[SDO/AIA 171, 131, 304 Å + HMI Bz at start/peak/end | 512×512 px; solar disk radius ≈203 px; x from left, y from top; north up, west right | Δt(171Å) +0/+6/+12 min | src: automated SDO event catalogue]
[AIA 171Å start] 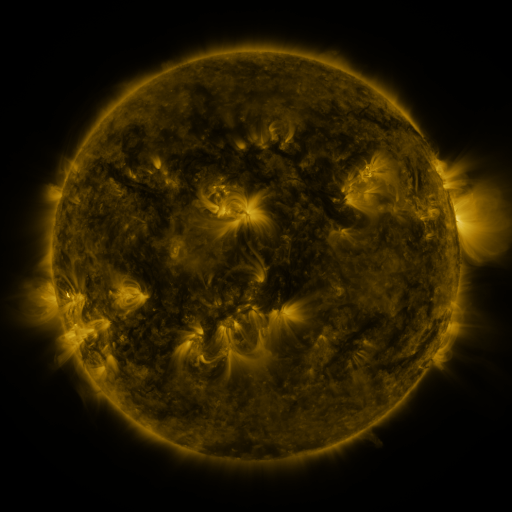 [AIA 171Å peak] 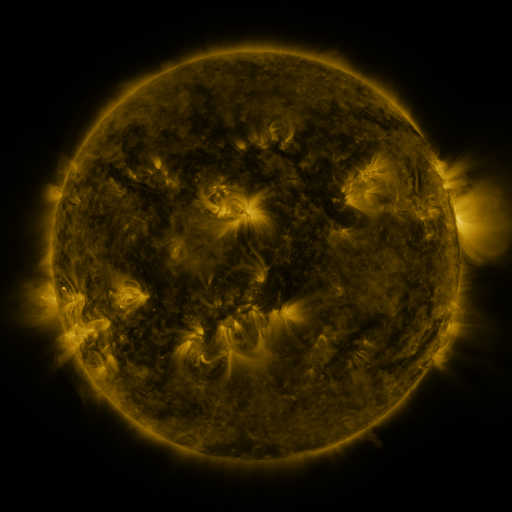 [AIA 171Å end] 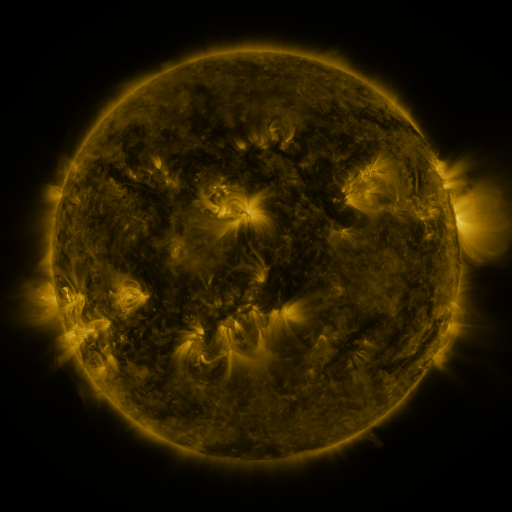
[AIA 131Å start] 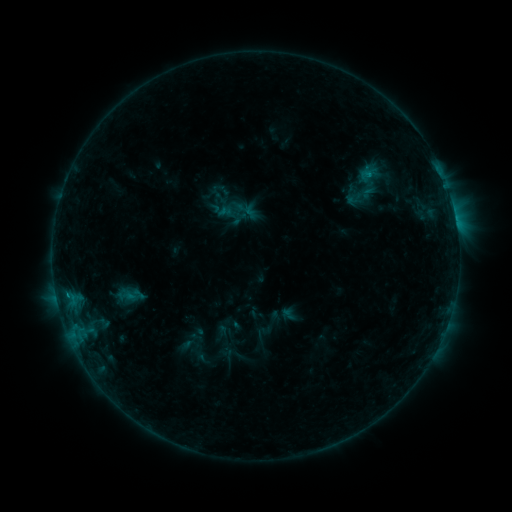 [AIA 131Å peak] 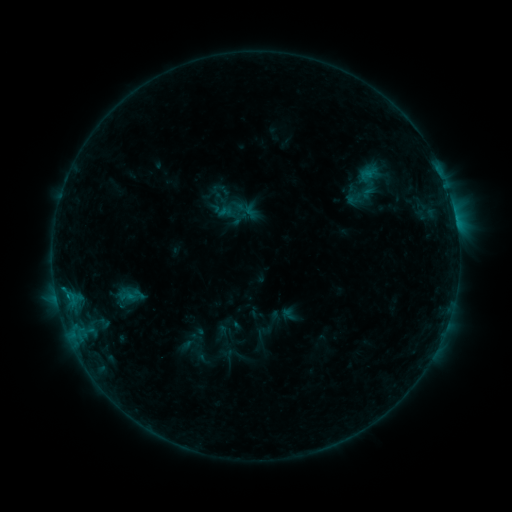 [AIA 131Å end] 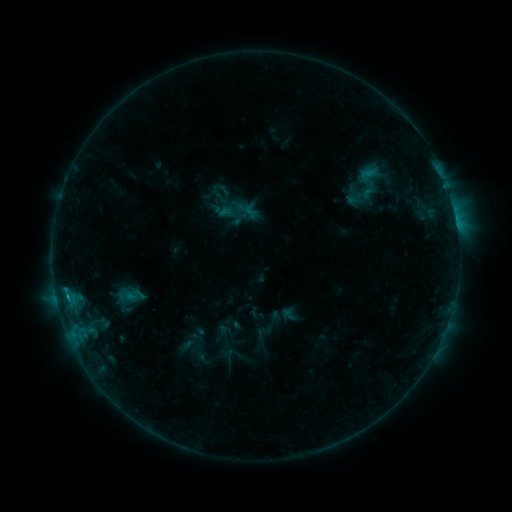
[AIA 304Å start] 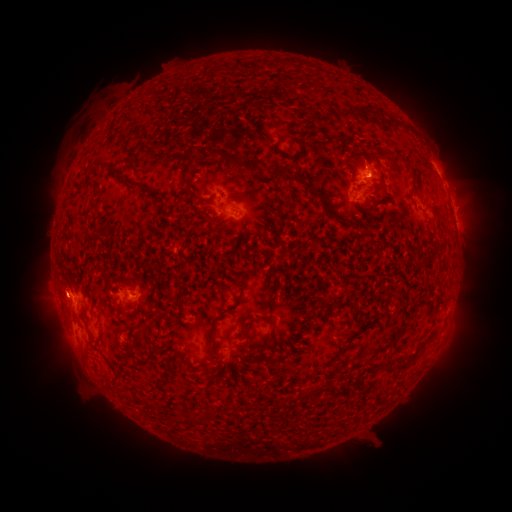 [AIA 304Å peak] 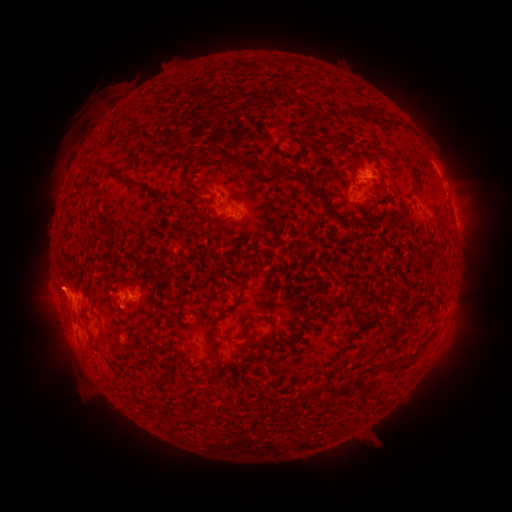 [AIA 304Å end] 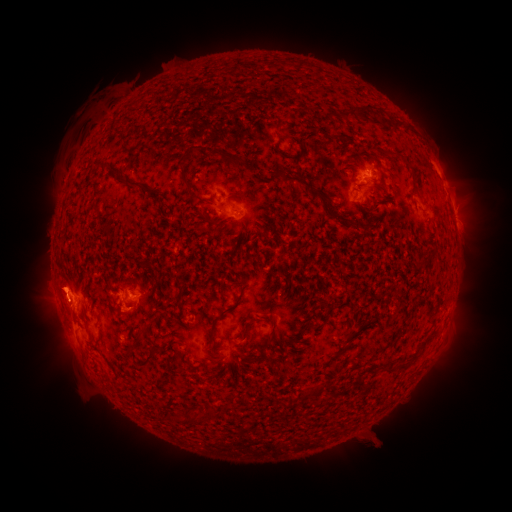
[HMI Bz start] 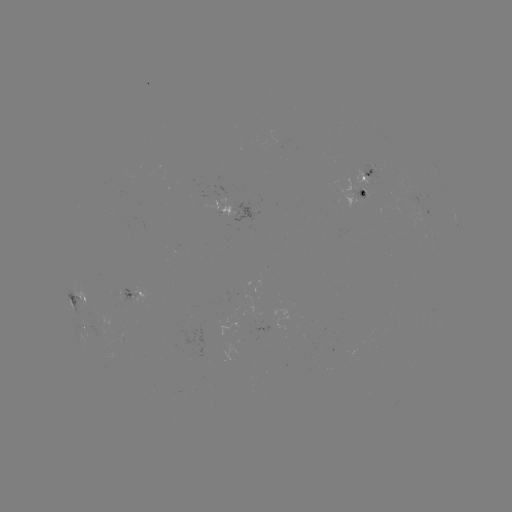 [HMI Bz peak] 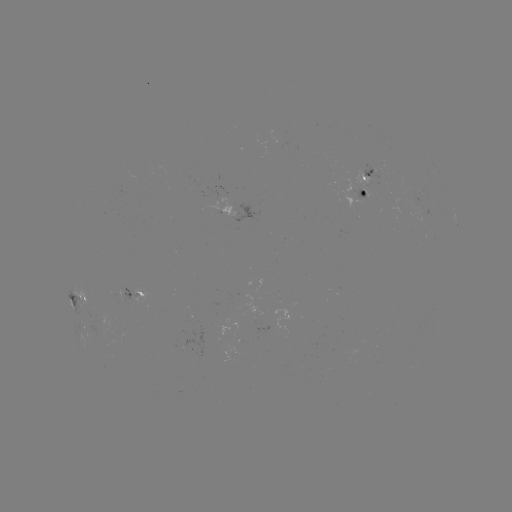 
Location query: eruption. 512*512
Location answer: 120,310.